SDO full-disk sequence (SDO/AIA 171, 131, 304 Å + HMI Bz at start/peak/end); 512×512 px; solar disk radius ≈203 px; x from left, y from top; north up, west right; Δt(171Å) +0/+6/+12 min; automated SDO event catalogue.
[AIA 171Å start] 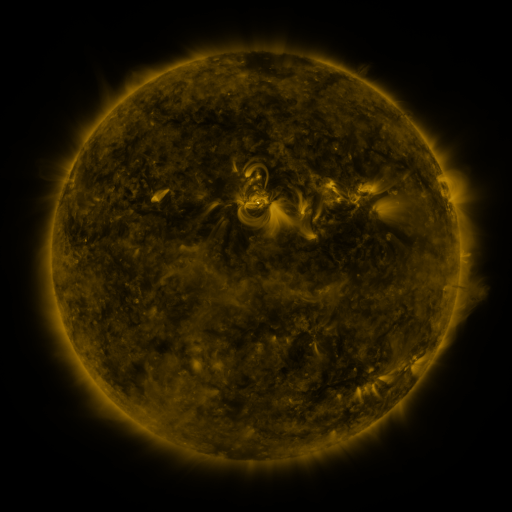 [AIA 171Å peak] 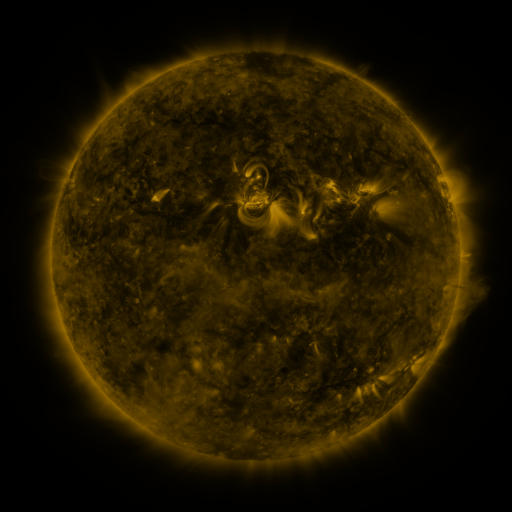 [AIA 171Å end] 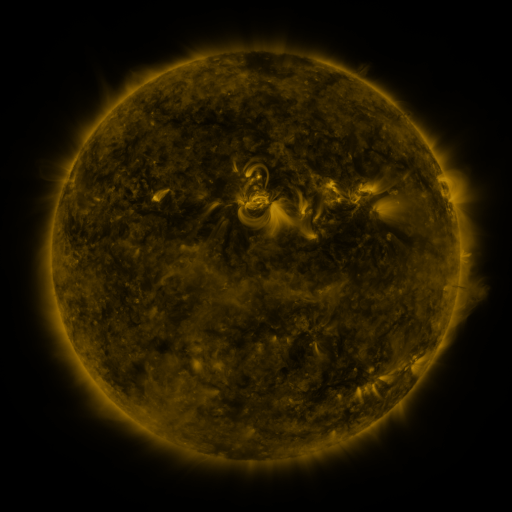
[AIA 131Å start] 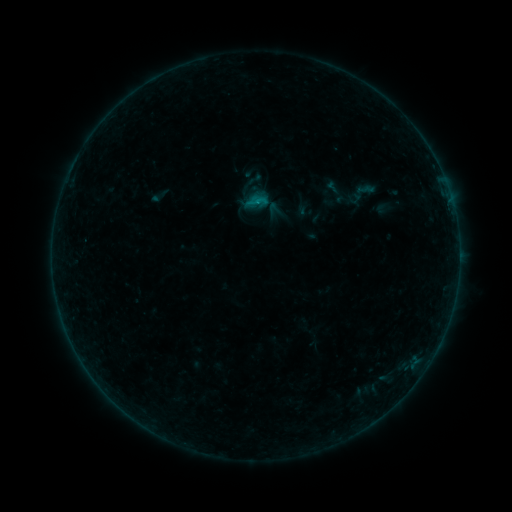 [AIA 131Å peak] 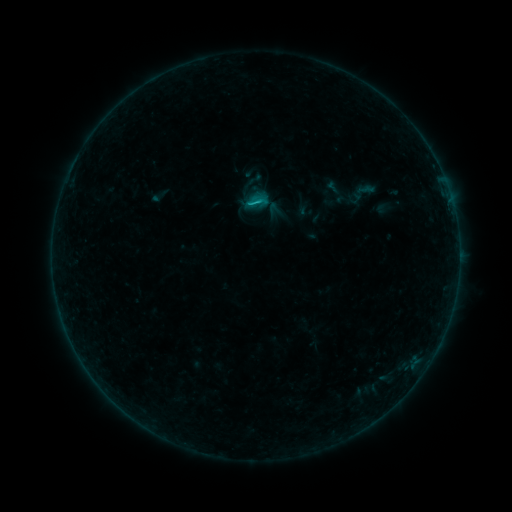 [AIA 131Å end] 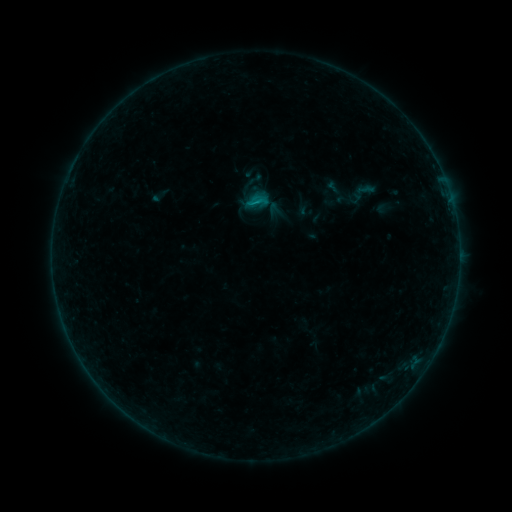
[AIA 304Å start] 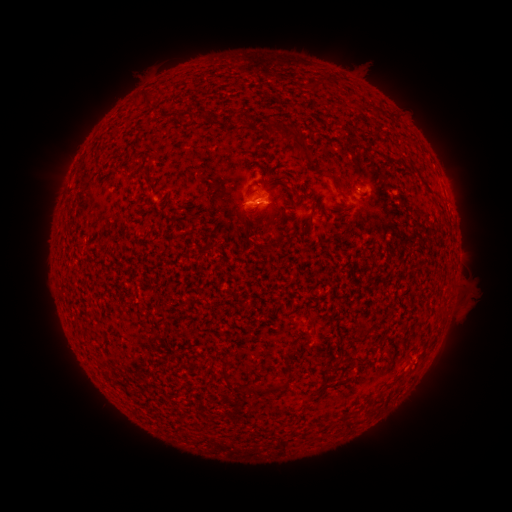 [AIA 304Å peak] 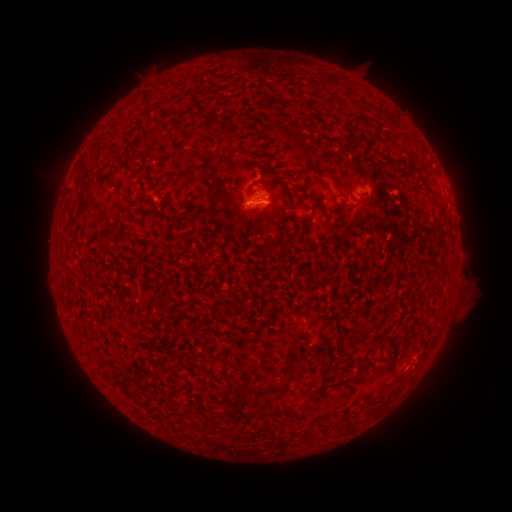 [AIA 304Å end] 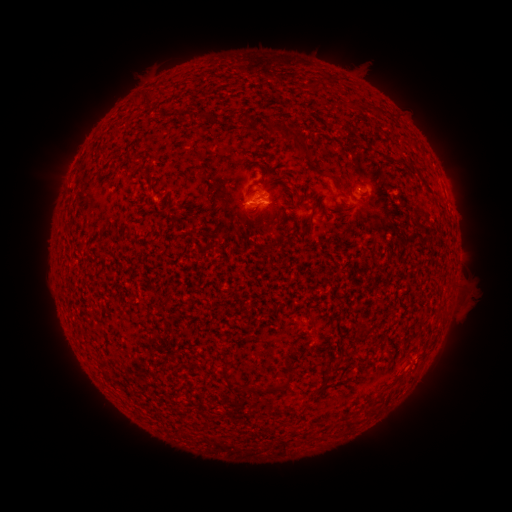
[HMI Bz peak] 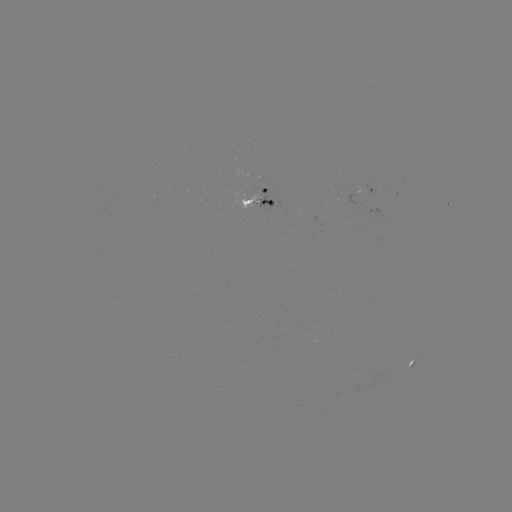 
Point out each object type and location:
B6.9 flare: (256, 206)
